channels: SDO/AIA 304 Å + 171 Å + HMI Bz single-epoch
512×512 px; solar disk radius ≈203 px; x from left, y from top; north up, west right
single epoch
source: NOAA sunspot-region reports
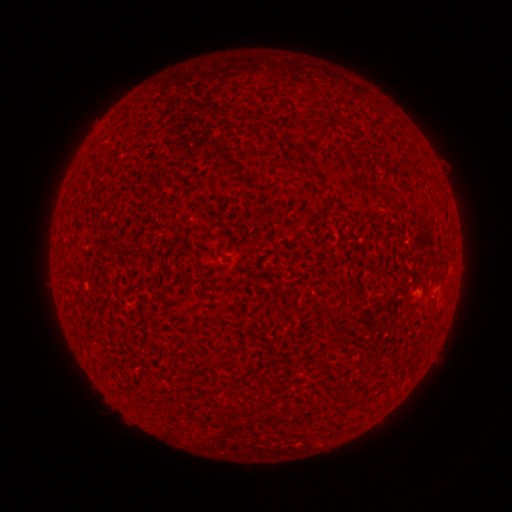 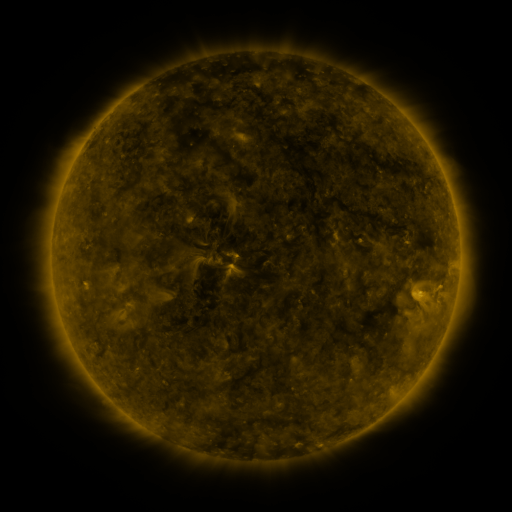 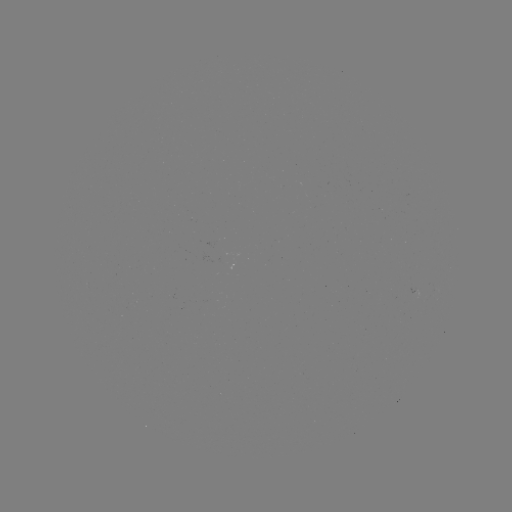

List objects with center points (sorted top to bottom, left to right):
(none)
